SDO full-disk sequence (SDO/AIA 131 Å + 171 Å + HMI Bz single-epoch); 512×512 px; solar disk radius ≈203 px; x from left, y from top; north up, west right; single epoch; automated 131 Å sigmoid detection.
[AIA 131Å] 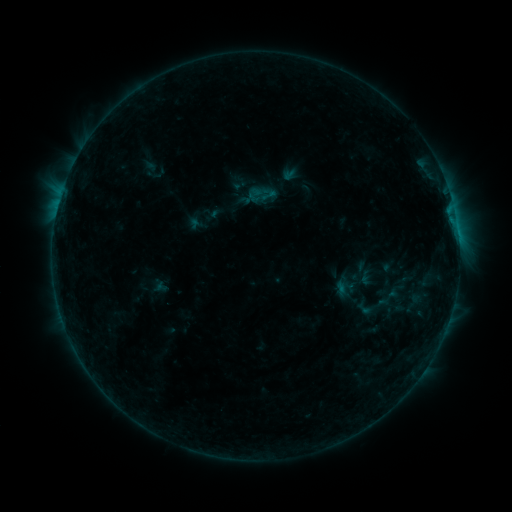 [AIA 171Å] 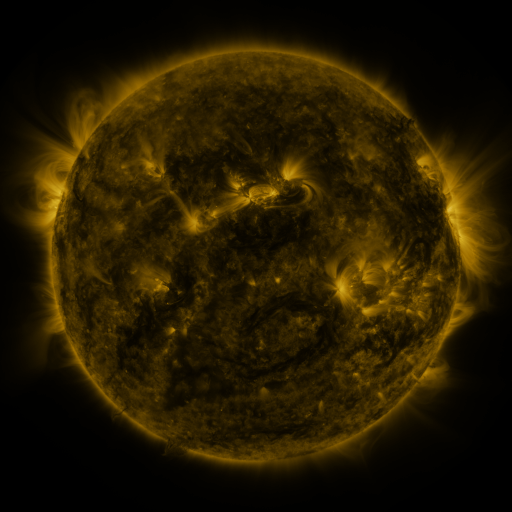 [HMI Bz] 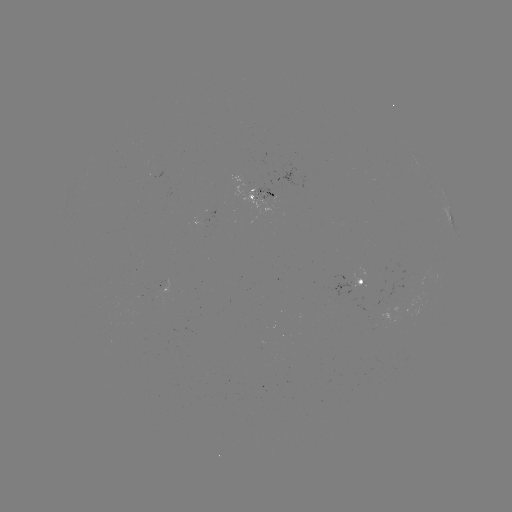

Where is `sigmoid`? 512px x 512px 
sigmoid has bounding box [354, 298, 373, 319].